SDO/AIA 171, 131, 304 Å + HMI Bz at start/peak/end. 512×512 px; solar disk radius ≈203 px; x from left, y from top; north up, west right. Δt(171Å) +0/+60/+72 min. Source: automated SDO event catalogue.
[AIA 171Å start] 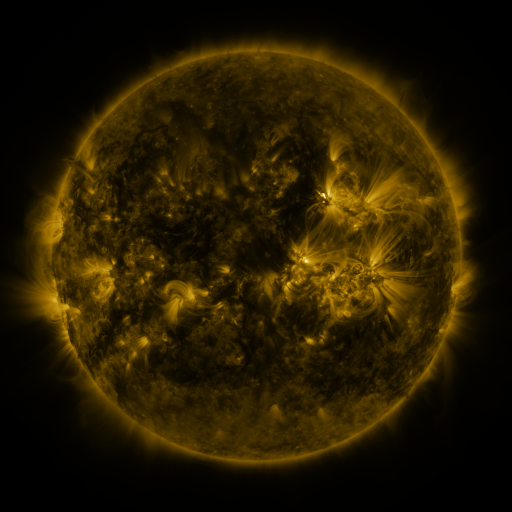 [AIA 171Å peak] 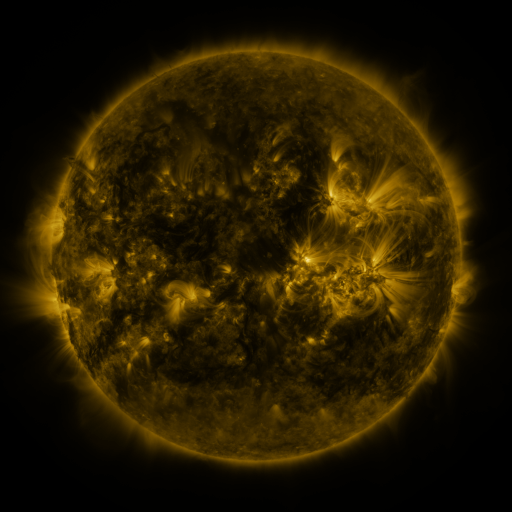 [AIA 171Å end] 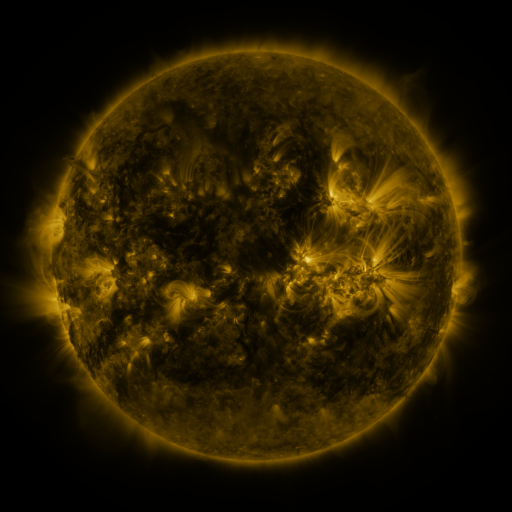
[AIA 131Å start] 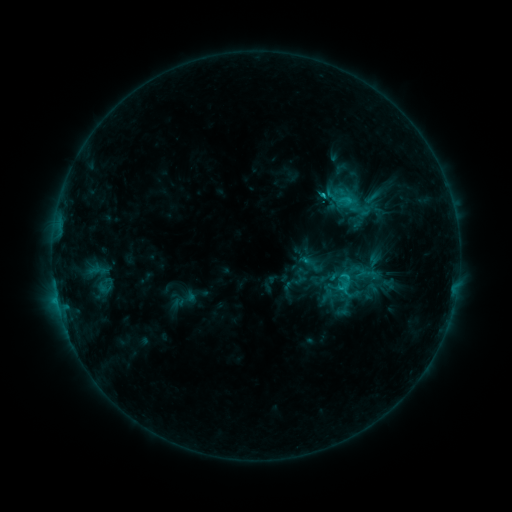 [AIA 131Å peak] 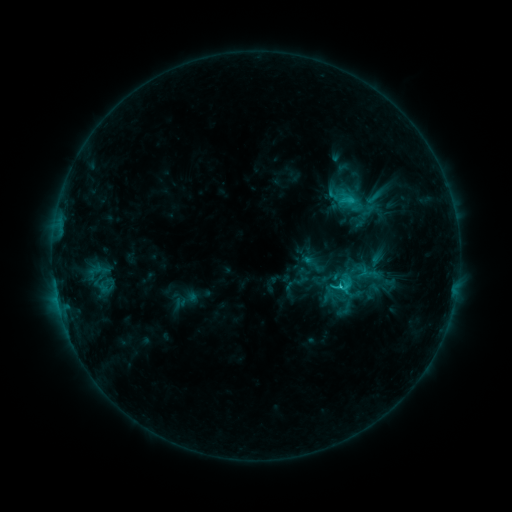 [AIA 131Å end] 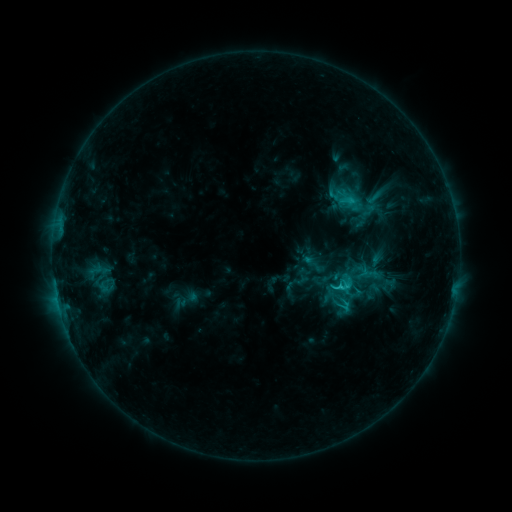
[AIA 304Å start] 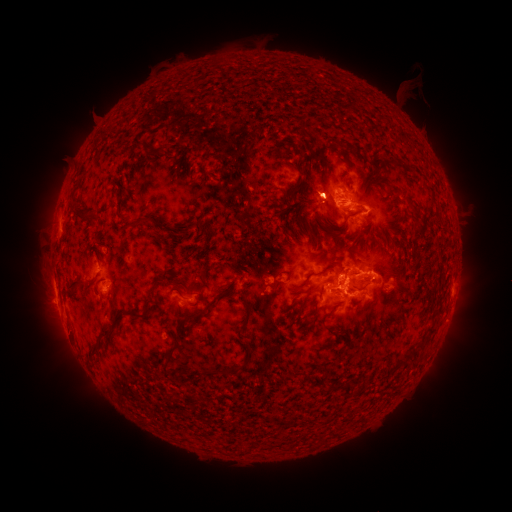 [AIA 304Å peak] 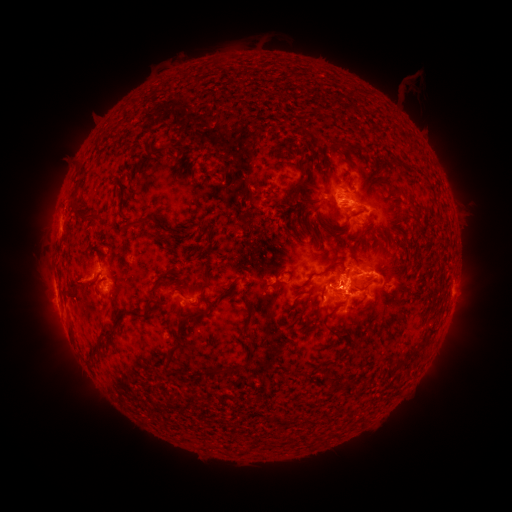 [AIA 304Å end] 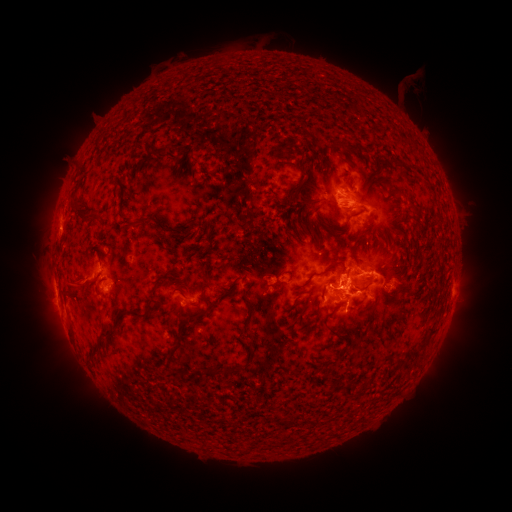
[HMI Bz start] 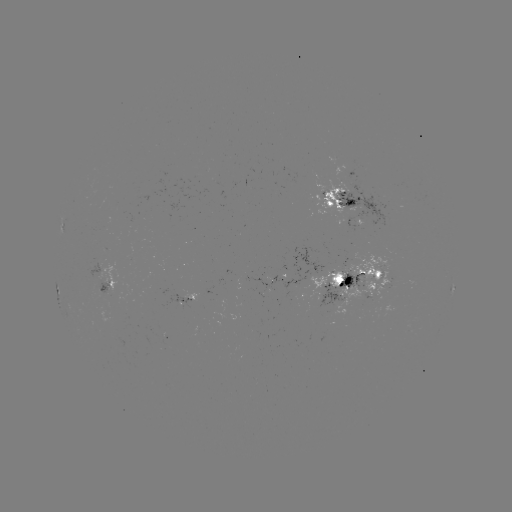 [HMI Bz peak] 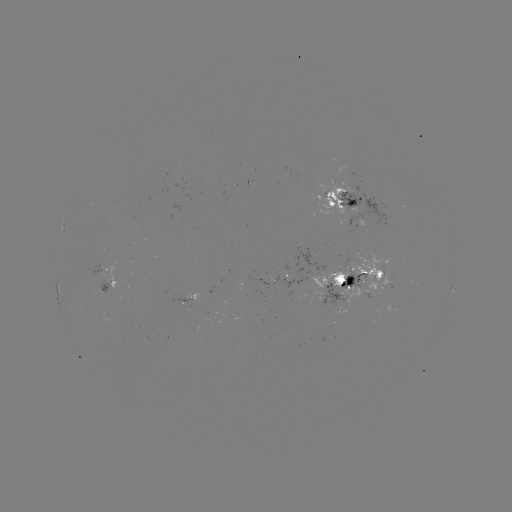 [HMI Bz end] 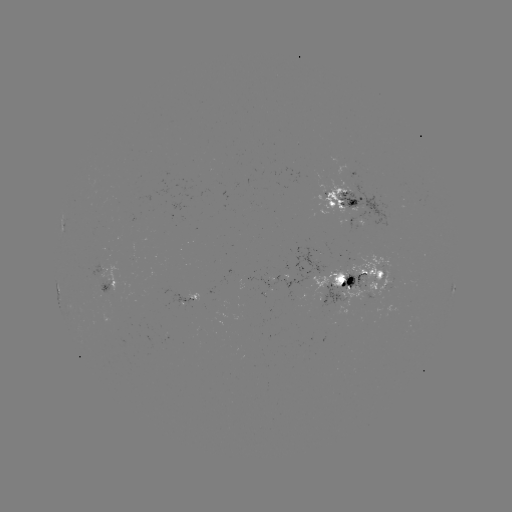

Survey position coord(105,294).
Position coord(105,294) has emerging-flux region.